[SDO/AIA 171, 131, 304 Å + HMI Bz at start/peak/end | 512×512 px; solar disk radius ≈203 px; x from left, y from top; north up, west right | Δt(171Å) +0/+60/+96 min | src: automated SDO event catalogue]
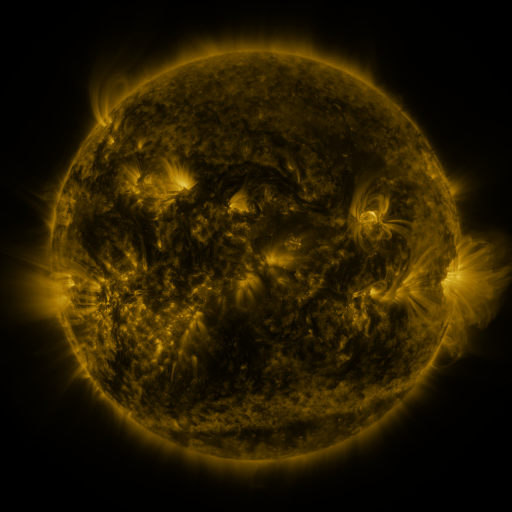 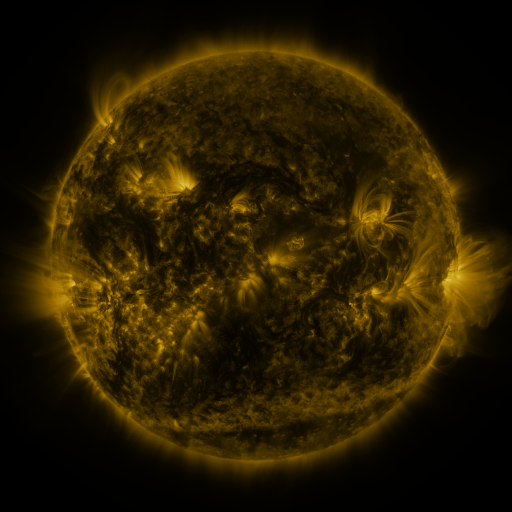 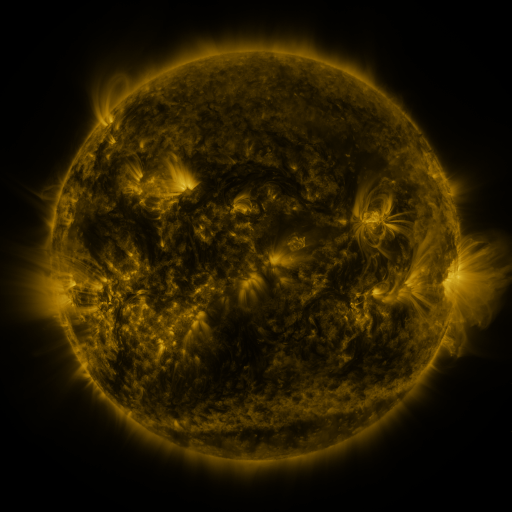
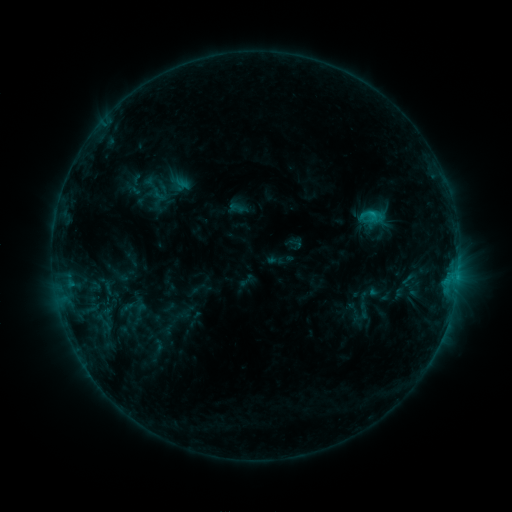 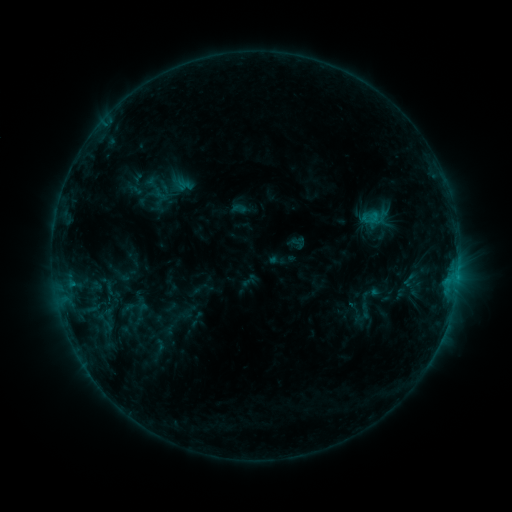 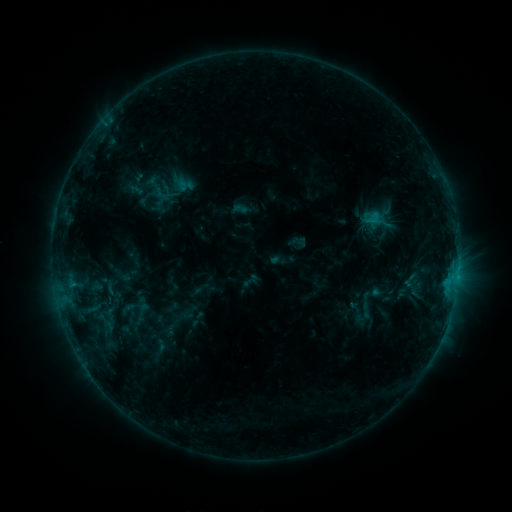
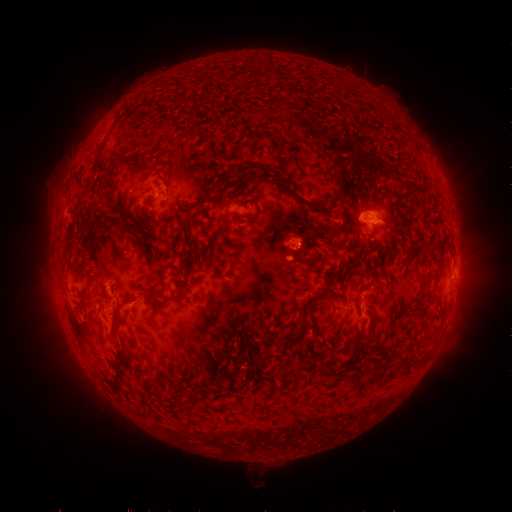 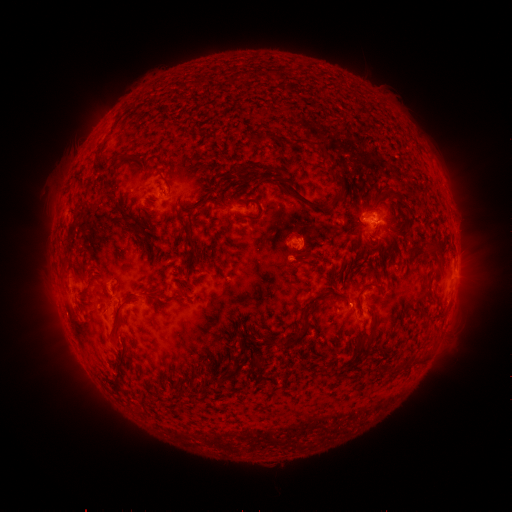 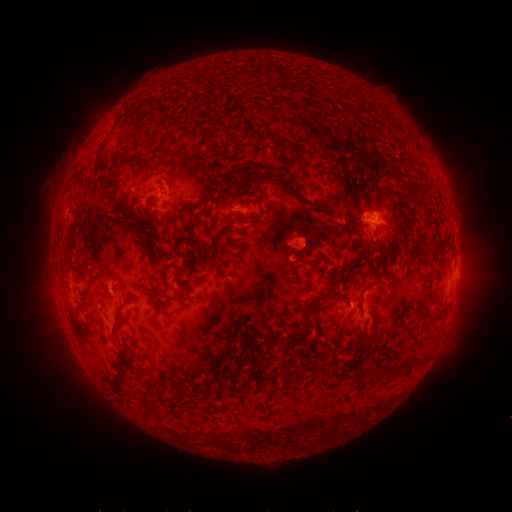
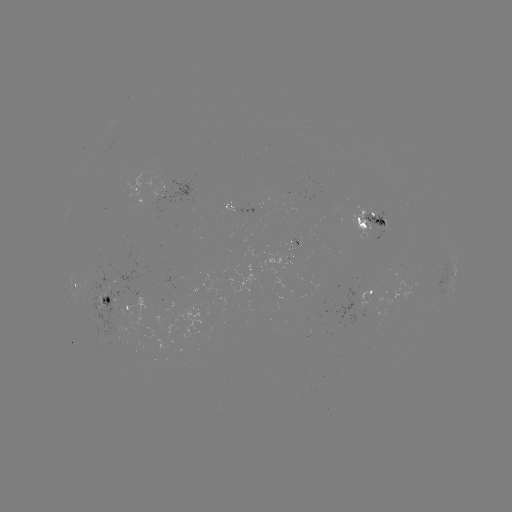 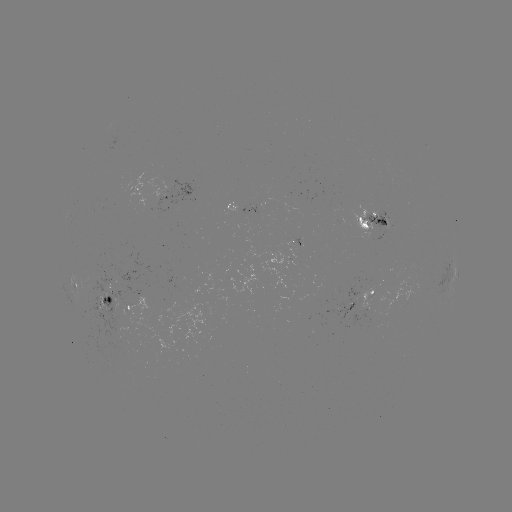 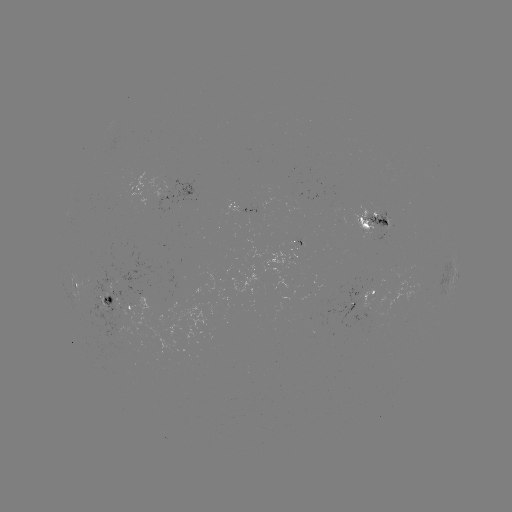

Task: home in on emerging-flux region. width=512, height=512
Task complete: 325,321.